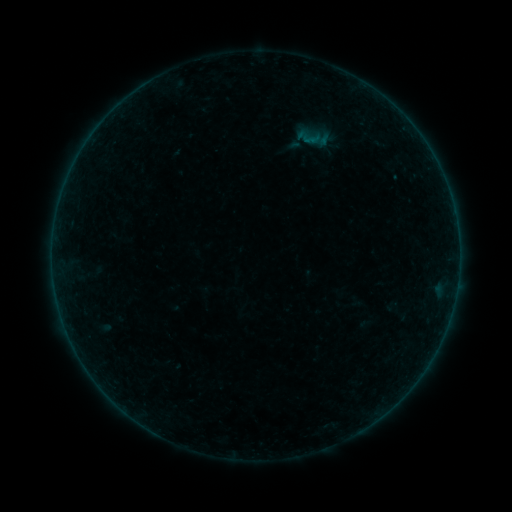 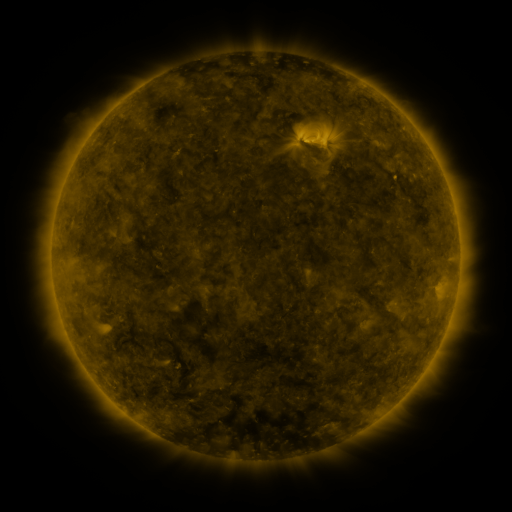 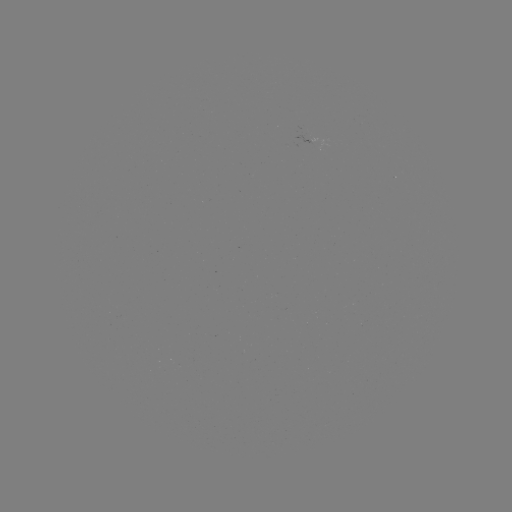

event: sigmoid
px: (310, 137)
